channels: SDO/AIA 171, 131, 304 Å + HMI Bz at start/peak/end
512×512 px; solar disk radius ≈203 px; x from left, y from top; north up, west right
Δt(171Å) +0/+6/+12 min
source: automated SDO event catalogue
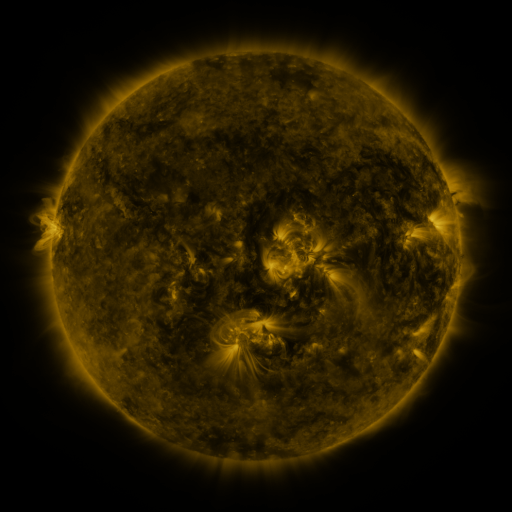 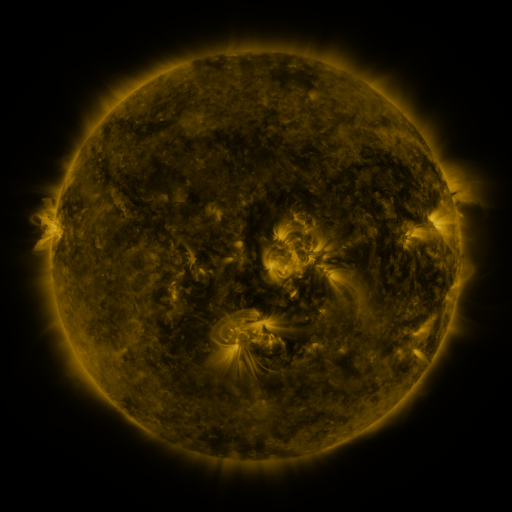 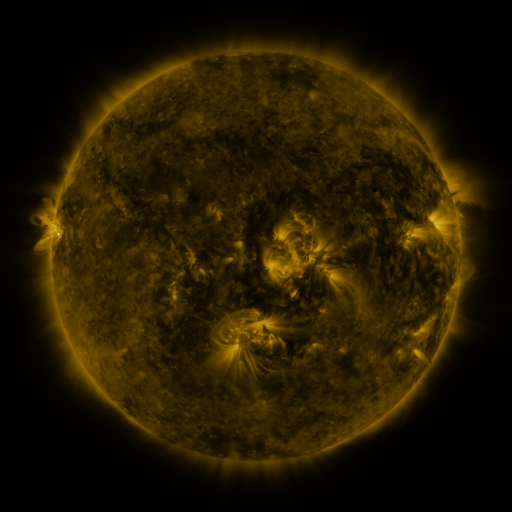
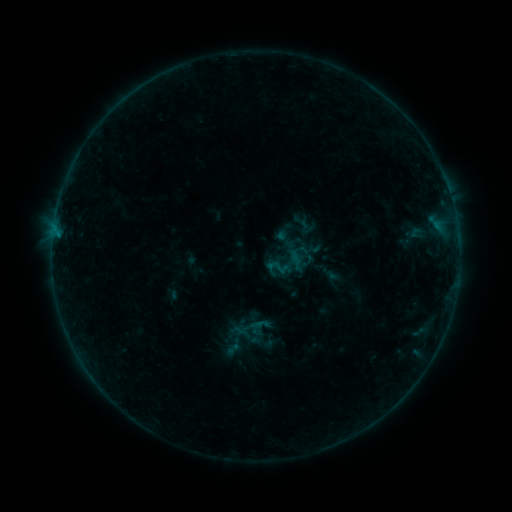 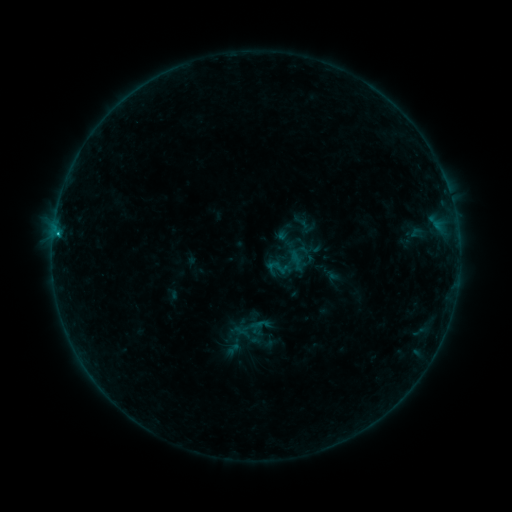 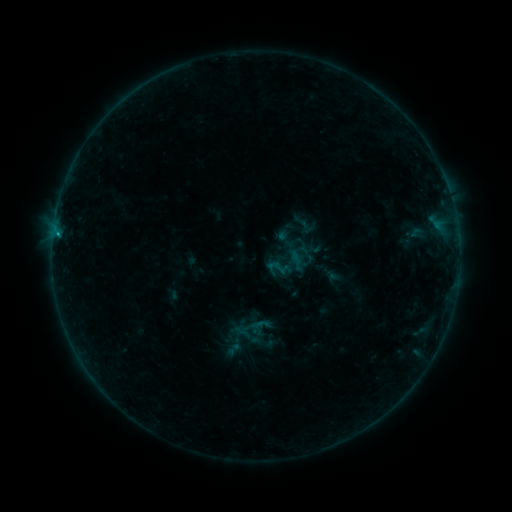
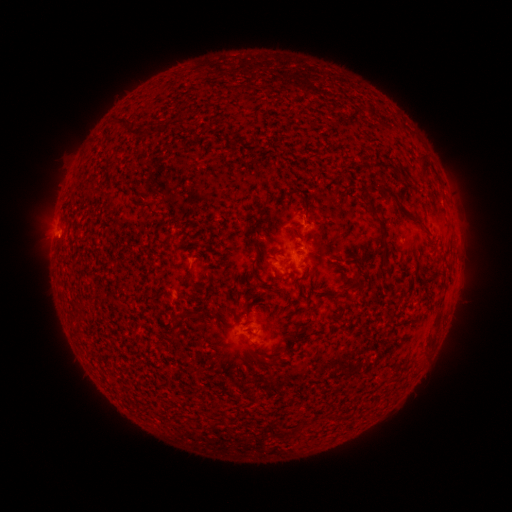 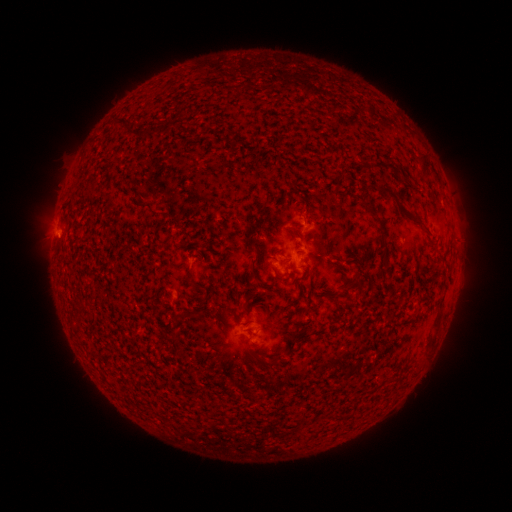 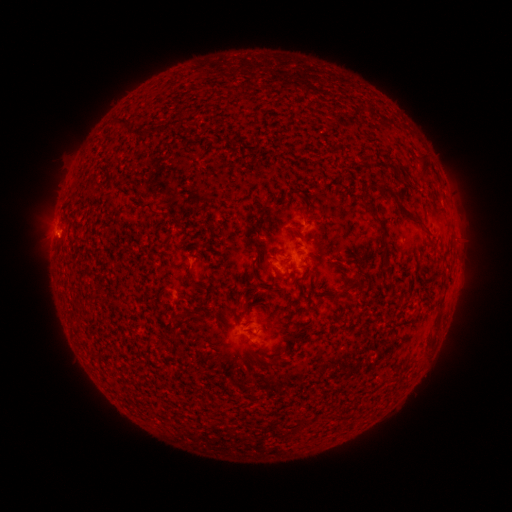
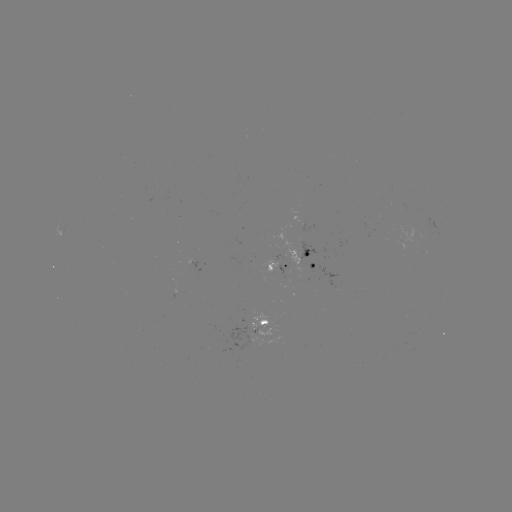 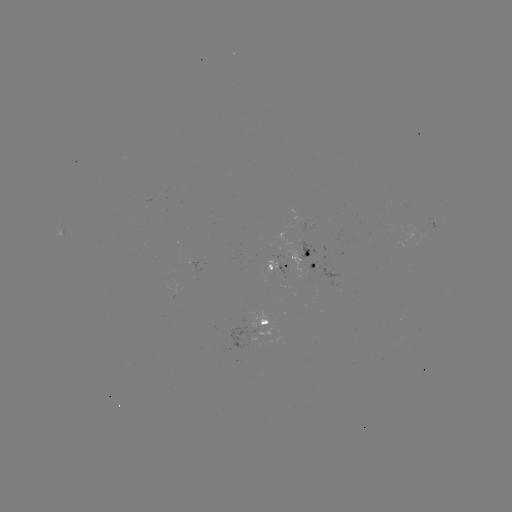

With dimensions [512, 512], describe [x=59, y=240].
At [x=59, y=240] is B3.7 flare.